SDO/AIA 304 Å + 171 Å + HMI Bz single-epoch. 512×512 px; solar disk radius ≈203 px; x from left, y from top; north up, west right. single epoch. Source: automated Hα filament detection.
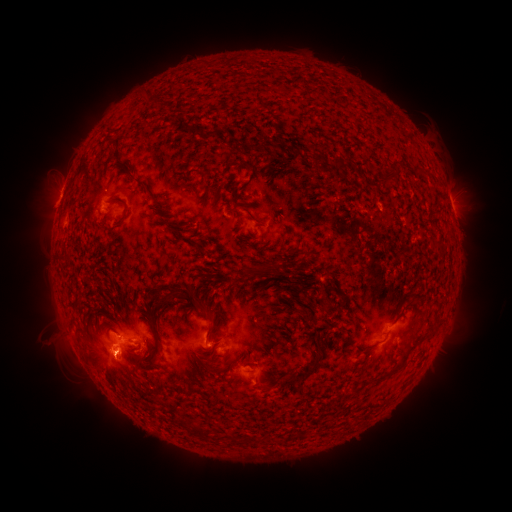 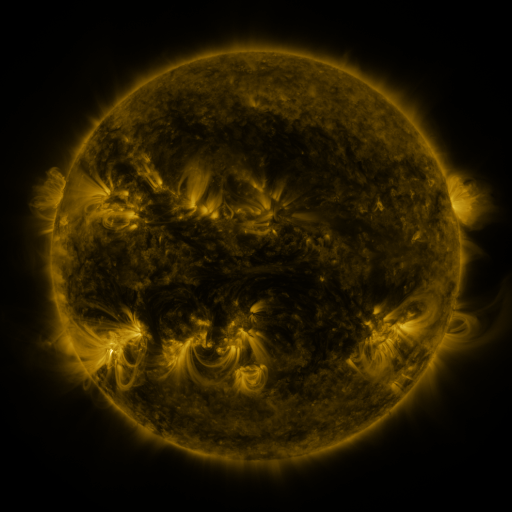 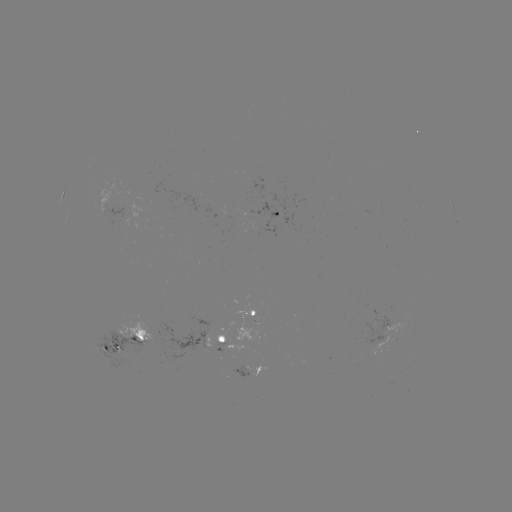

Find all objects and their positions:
filament: <bbox>206, 128, 227, 137</bbox>
filament: <bbox>312, 154, 324, 167</bbox>
filament: <bbox>247, 261, 278, 275</bbox>
filament: <bbox>169, 285, 214, 319</bbox>
filament: <bbox>74, 324, 83, 333</bbox>
filament: <bbox>377, 354, 407, 382</bbox>
filament: <bbox>280, 355, 323, 386</bbox>
